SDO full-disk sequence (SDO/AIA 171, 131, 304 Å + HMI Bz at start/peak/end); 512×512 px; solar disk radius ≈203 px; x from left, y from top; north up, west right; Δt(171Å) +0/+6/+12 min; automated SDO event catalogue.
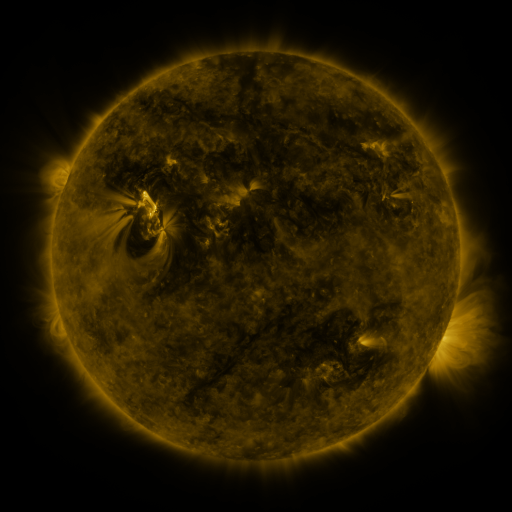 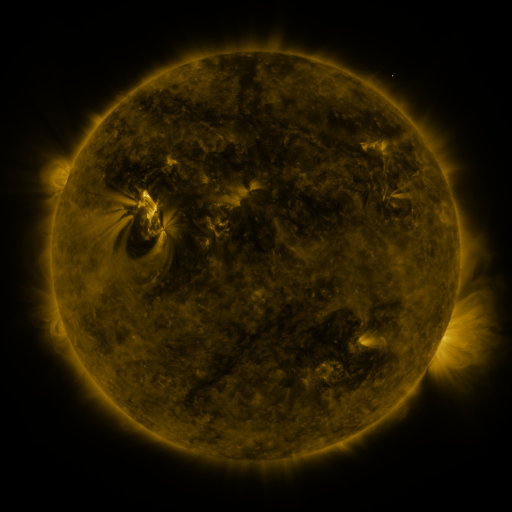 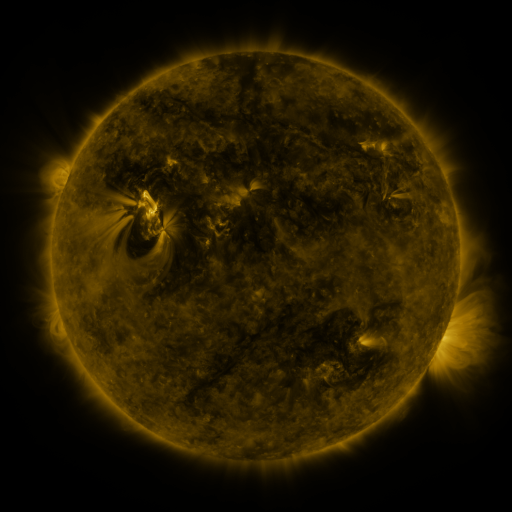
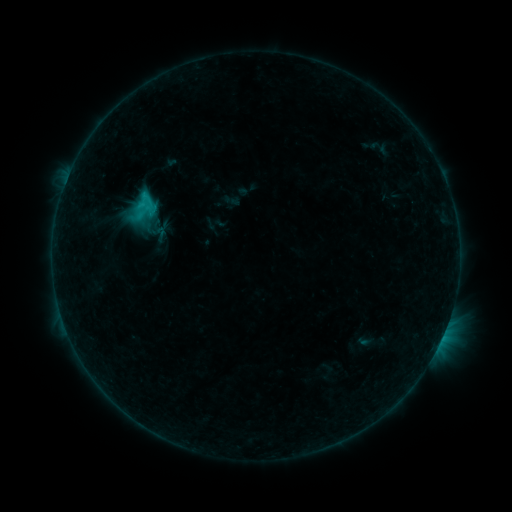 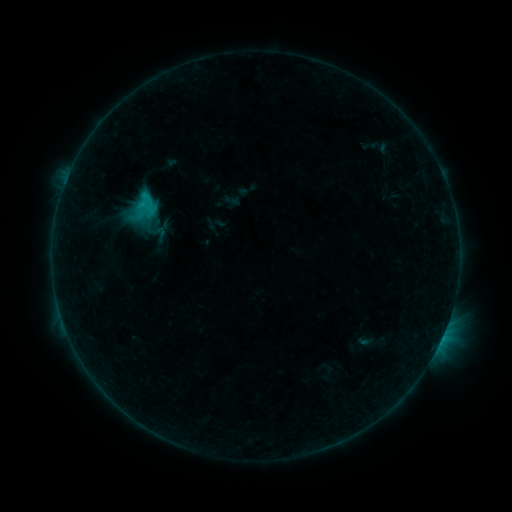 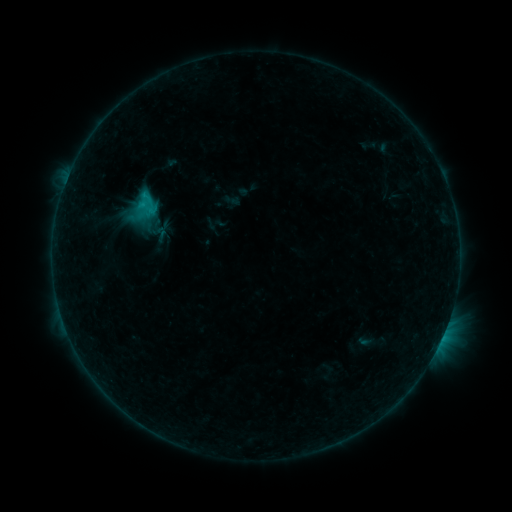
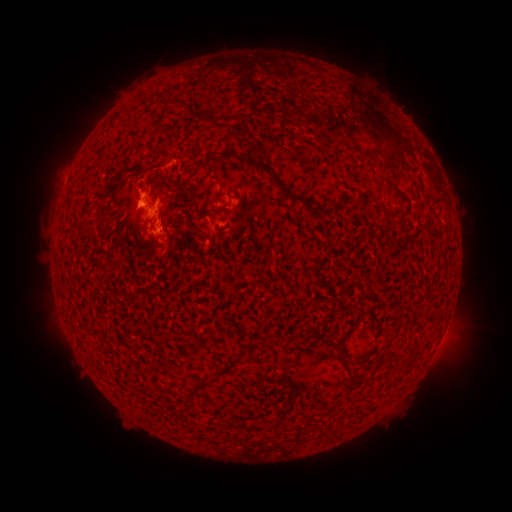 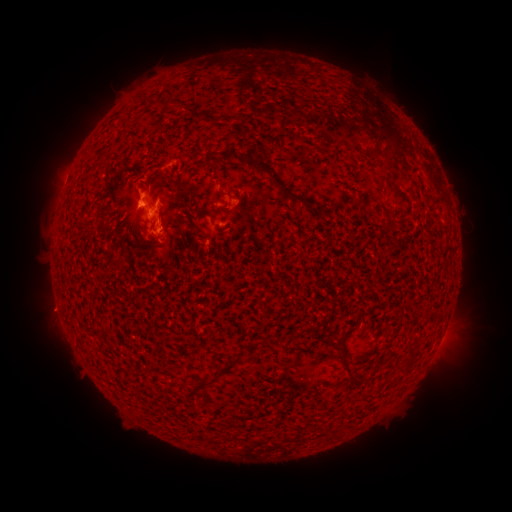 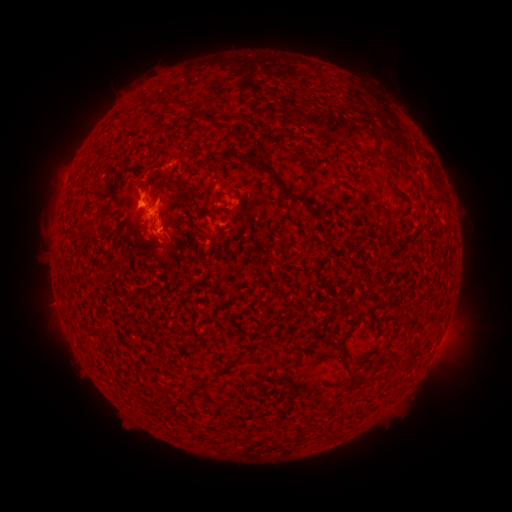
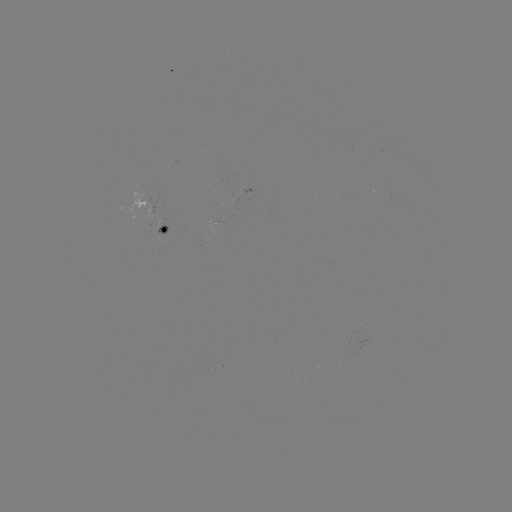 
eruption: <bbox>17, 280, 74, 336</bbox>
